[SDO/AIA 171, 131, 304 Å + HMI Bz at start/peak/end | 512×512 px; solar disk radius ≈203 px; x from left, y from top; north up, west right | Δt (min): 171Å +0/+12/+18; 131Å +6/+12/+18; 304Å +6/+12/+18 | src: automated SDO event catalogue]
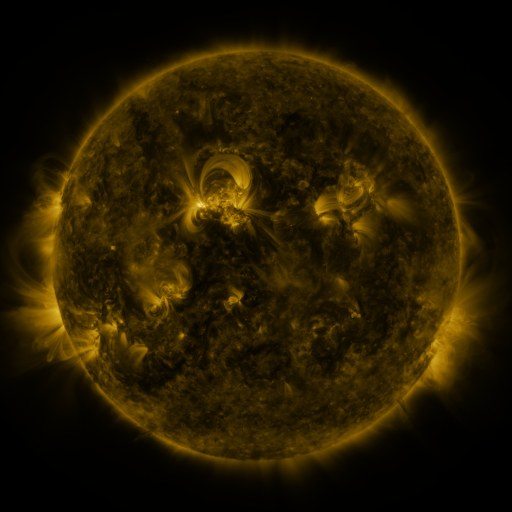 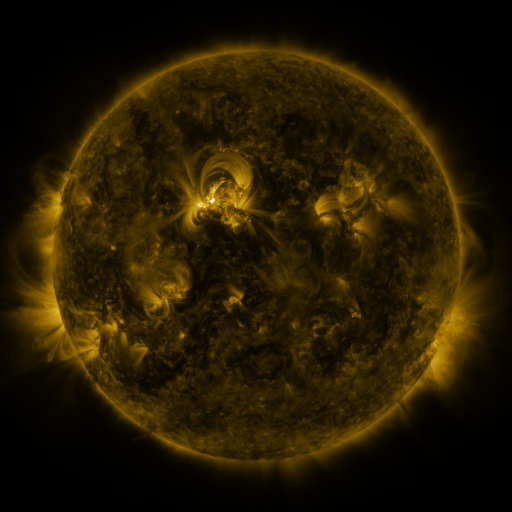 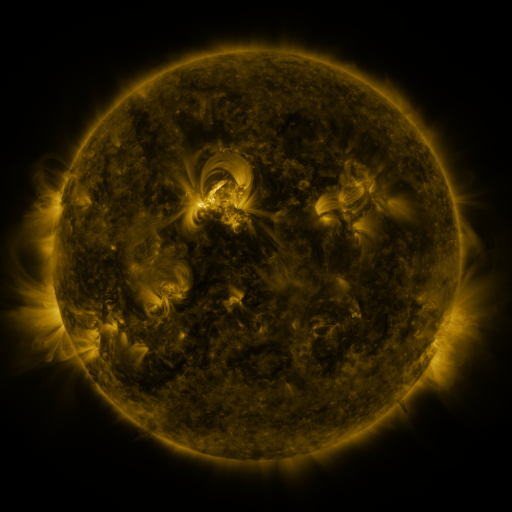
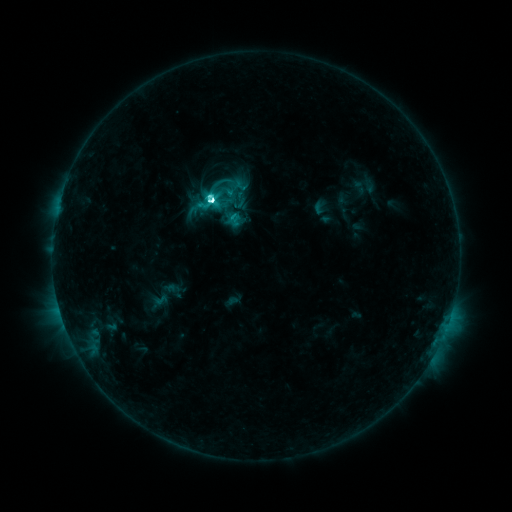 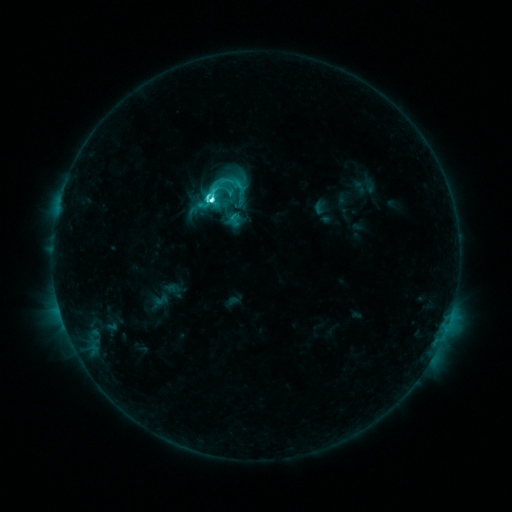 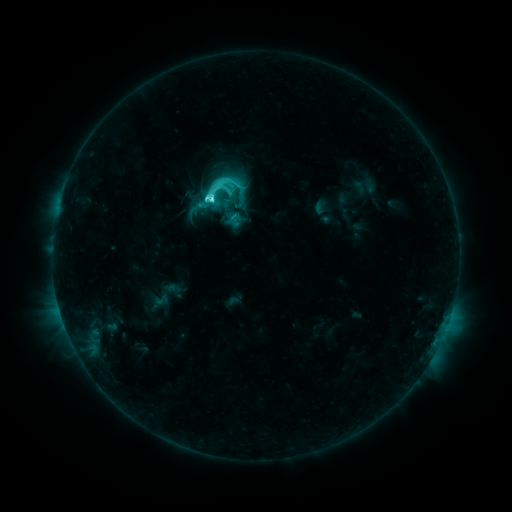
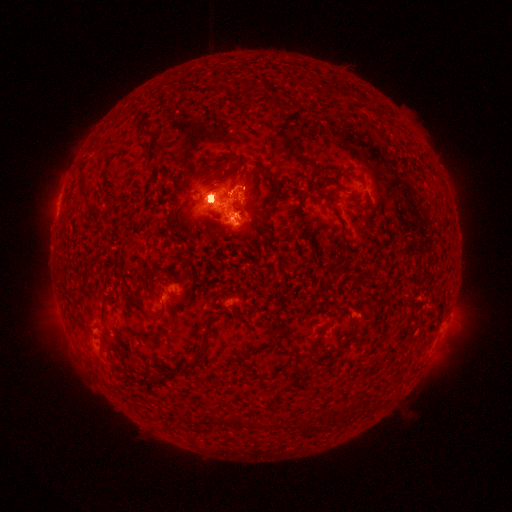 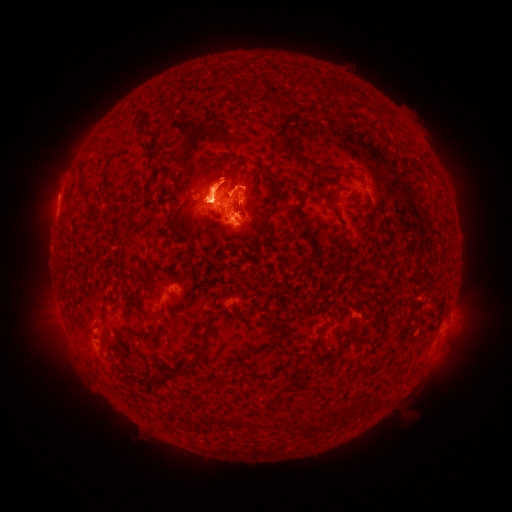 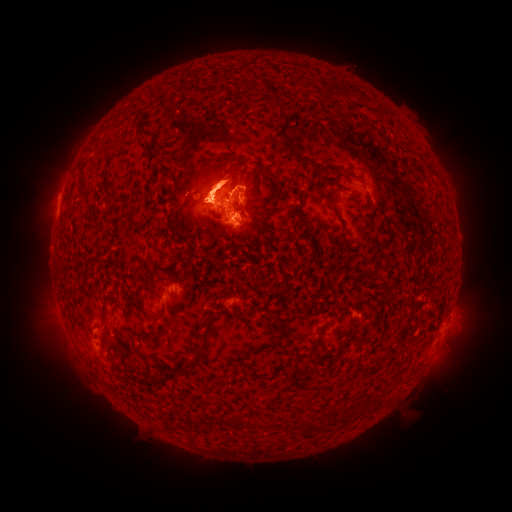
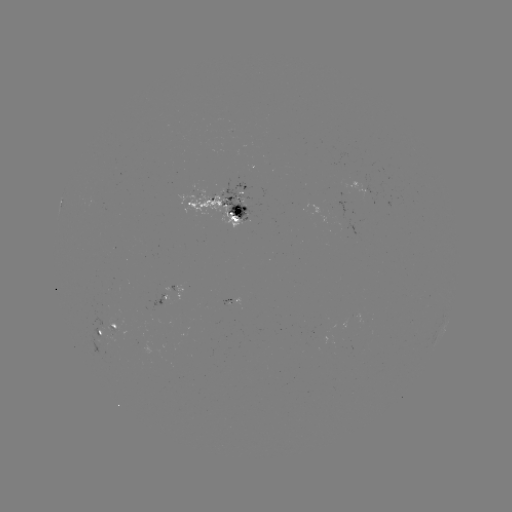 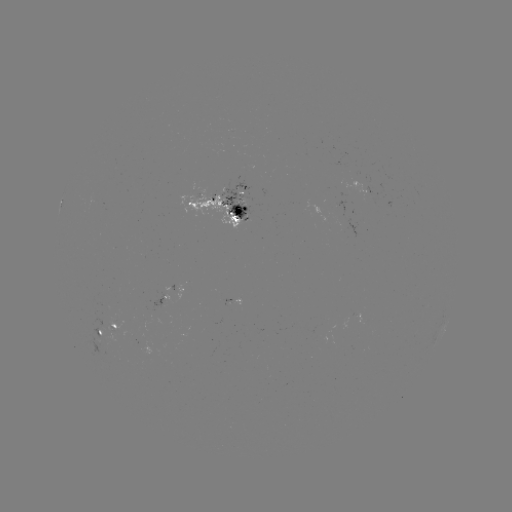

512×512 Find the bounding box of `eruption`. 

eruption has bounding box [426, 304, 481, 381].